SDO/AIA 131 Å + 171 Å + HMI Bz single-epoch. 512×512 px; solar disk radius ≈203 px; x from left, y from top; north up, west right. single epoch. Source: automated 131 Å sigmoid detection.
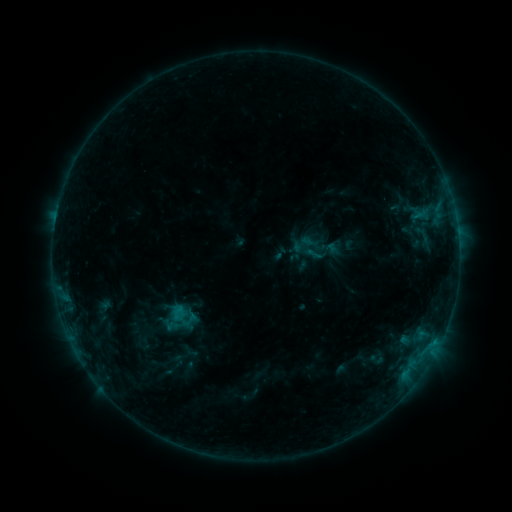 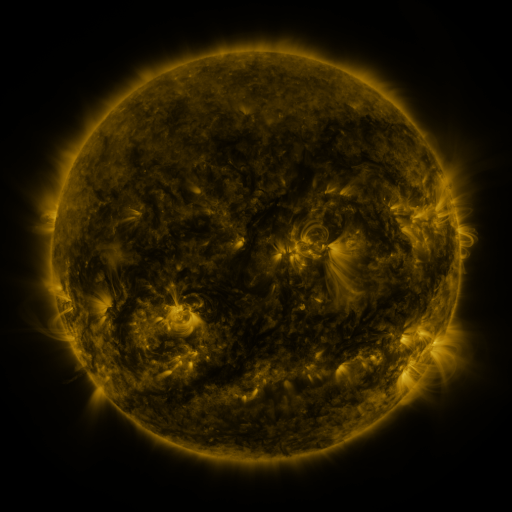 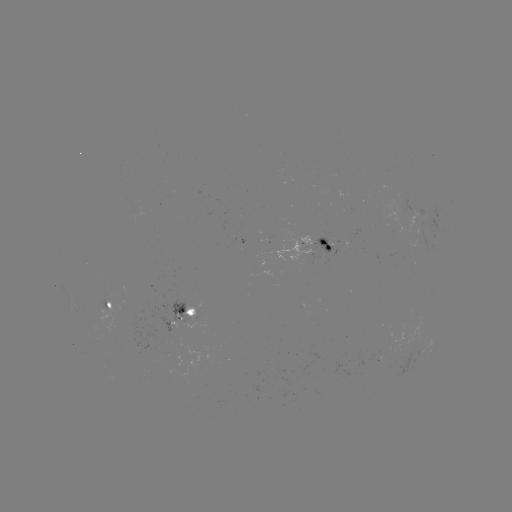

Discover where sigmoid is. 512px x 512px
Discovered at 315,253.